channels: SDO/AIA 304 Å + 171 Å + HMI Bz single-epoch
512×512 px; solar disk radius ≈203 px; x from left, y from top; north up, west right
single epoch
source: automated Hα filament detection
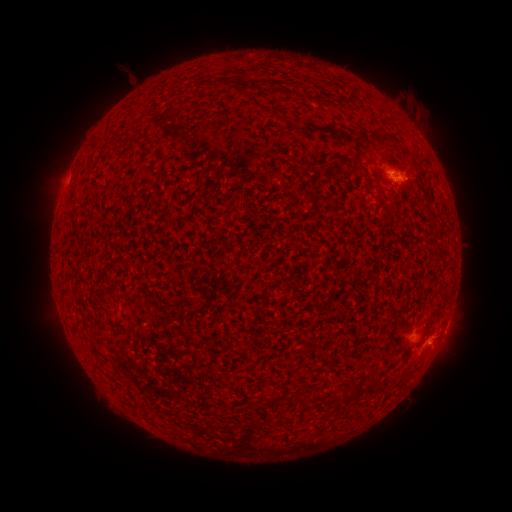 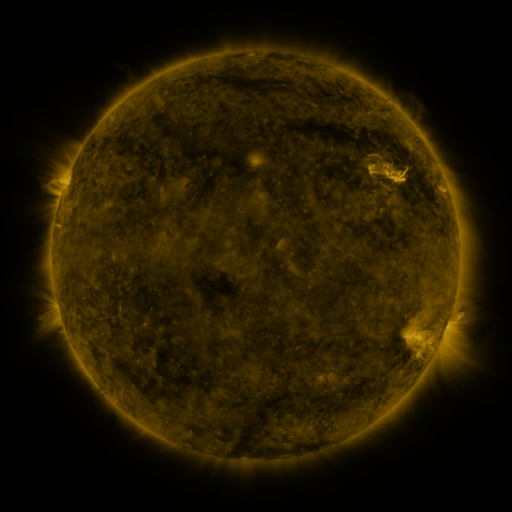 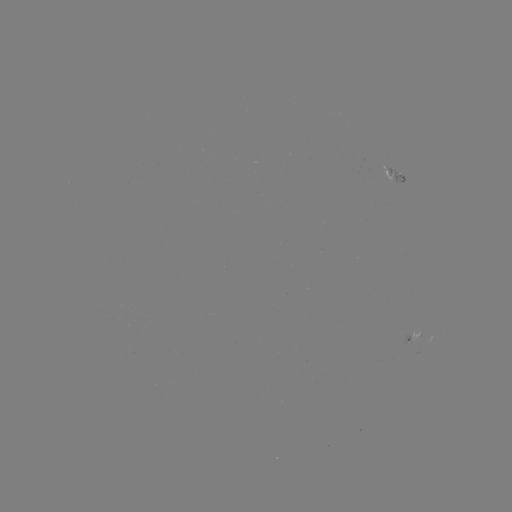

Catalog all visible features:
filament: <bbox>208, 82, 217, 92</bbox>
filament: <bbox>347, 135, 367, 145</bbox>
filament: <bbox>378, 141, 387, 150</bbox>
filament: <bbox>389, 143, 399, 153</bbox>
filament: <bbox>368, 379, 377, 390</bbox>
filament: <bbox>292, 393, 308, 411</bbox>
